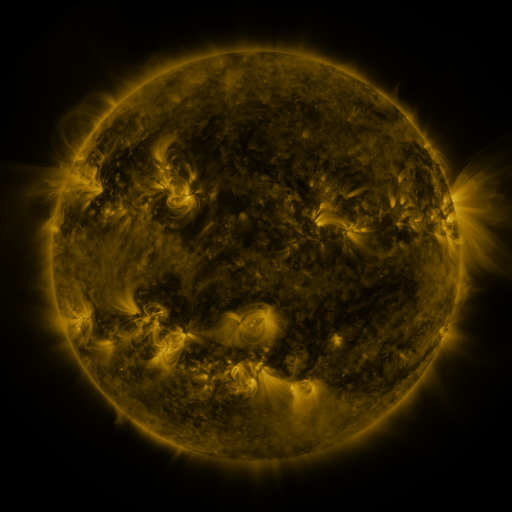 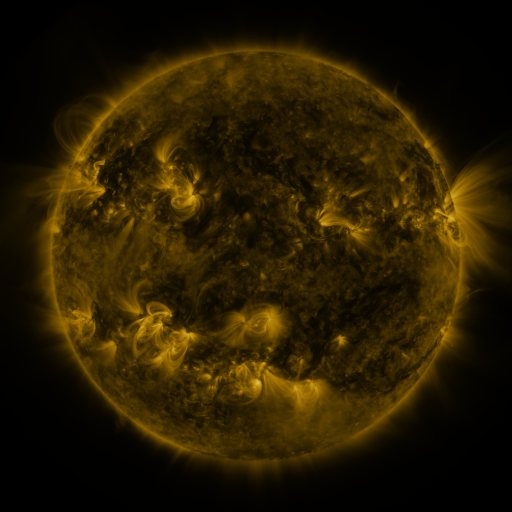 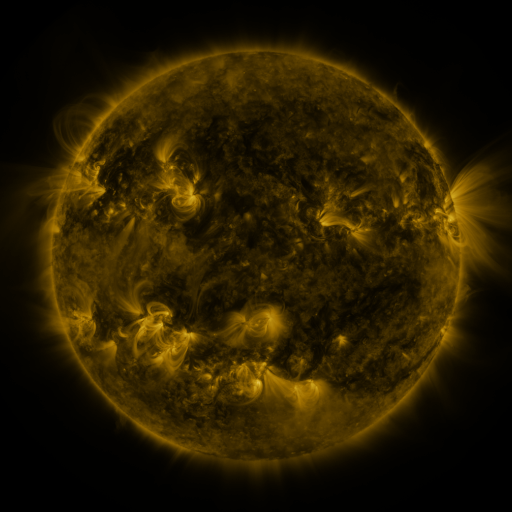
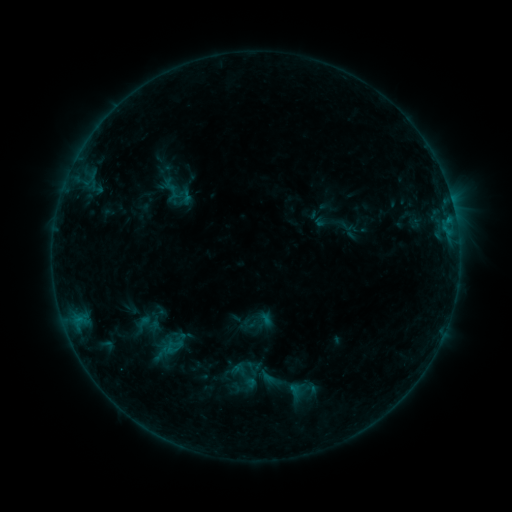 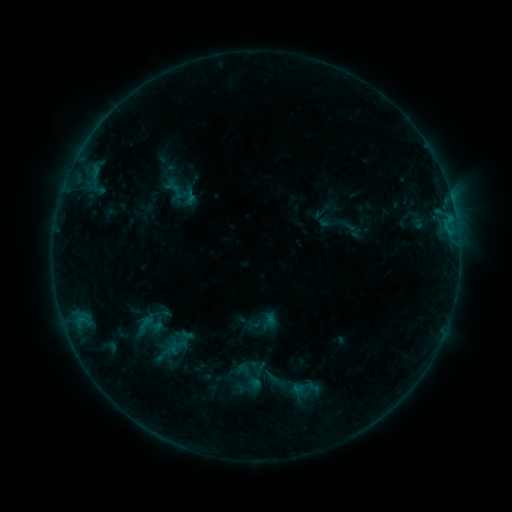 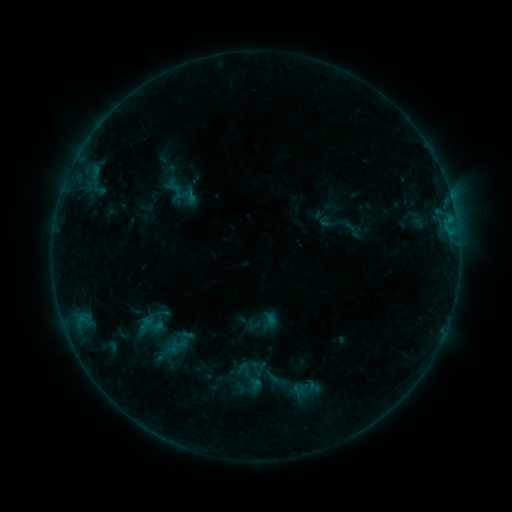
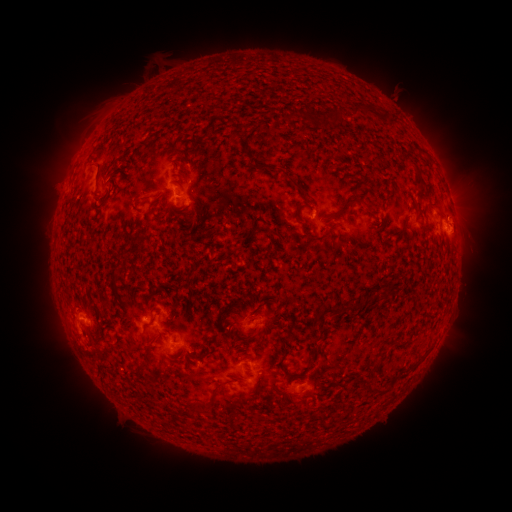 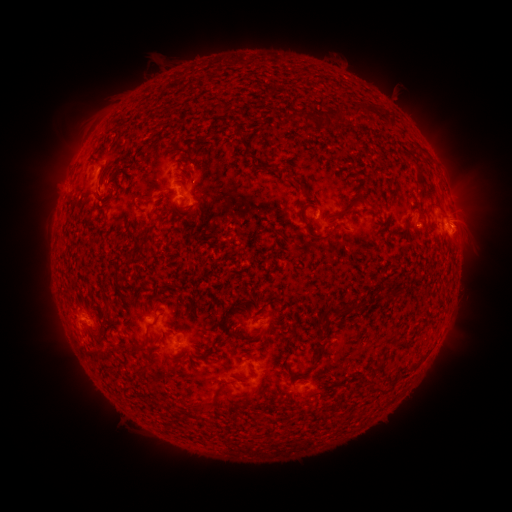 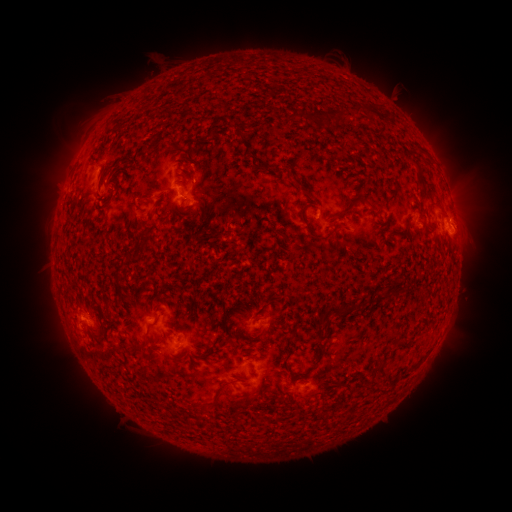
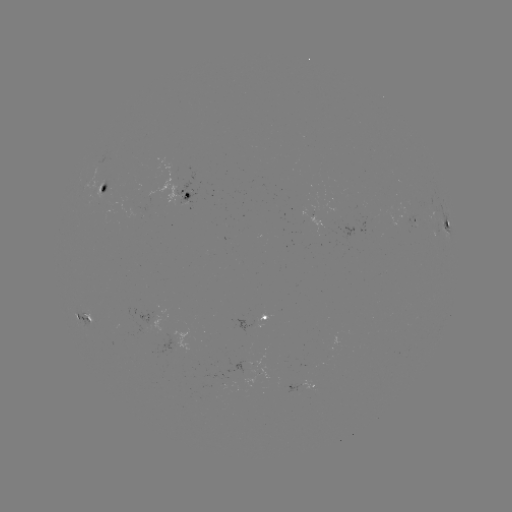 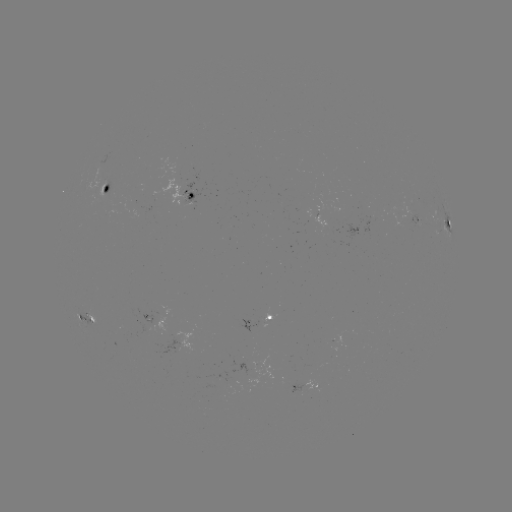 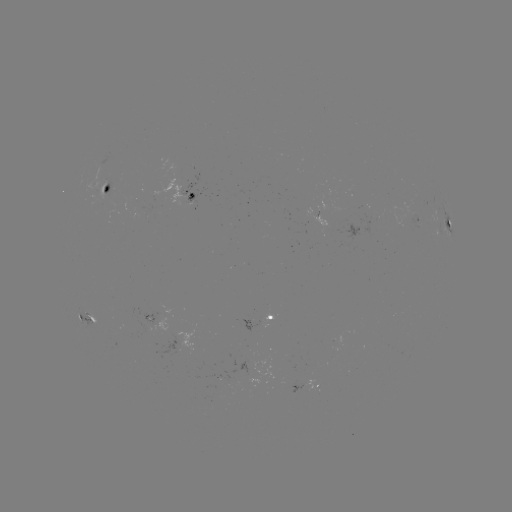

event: emerging-flux region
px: (240, 363)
